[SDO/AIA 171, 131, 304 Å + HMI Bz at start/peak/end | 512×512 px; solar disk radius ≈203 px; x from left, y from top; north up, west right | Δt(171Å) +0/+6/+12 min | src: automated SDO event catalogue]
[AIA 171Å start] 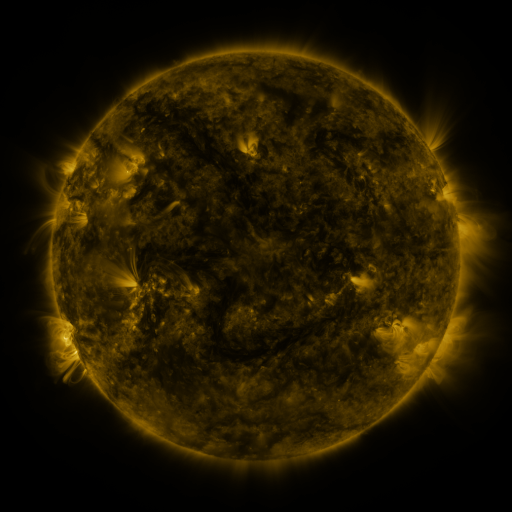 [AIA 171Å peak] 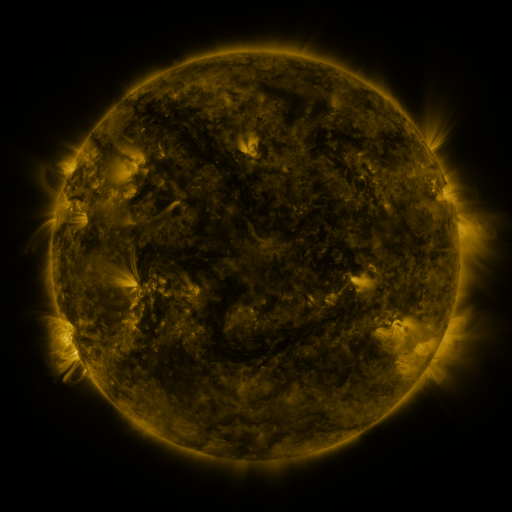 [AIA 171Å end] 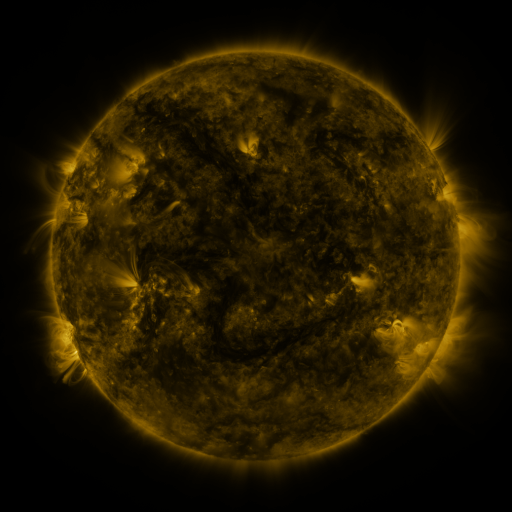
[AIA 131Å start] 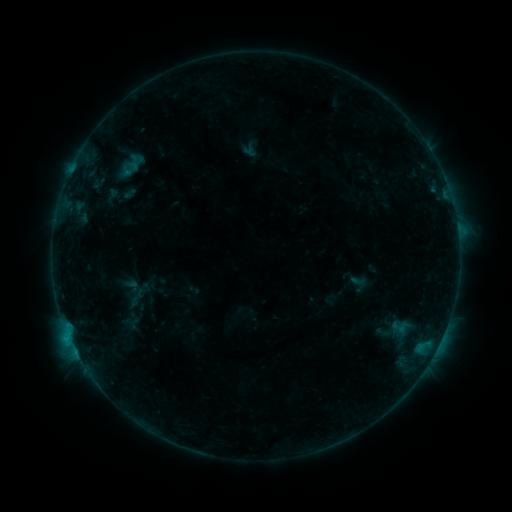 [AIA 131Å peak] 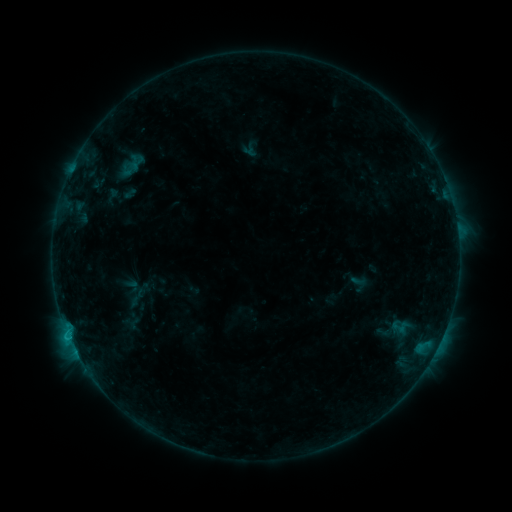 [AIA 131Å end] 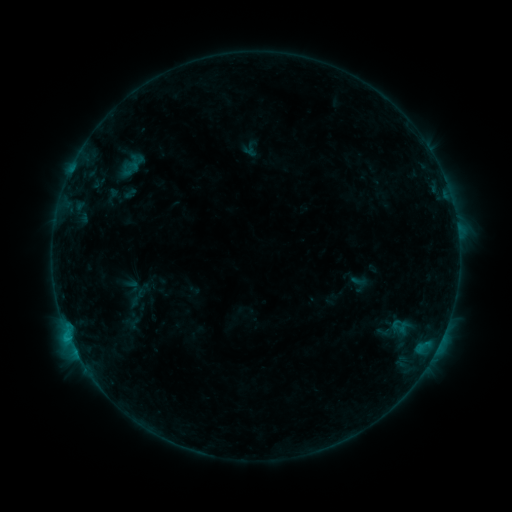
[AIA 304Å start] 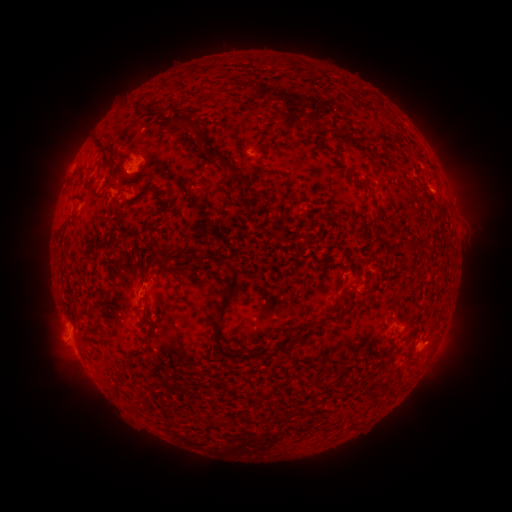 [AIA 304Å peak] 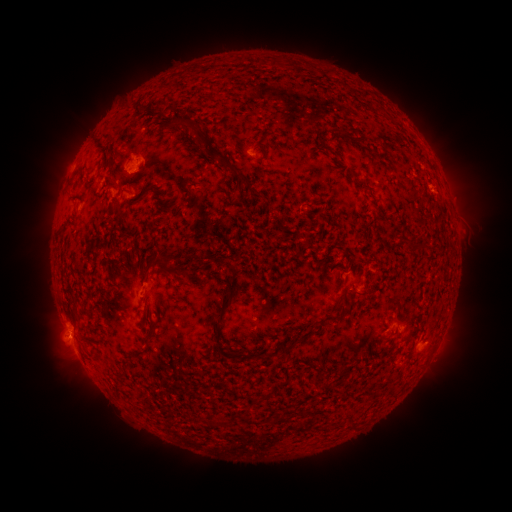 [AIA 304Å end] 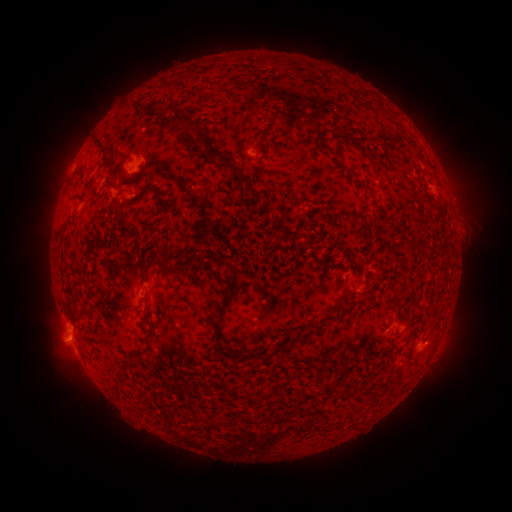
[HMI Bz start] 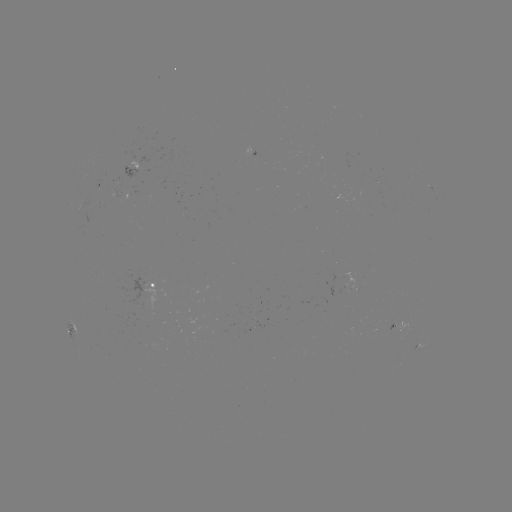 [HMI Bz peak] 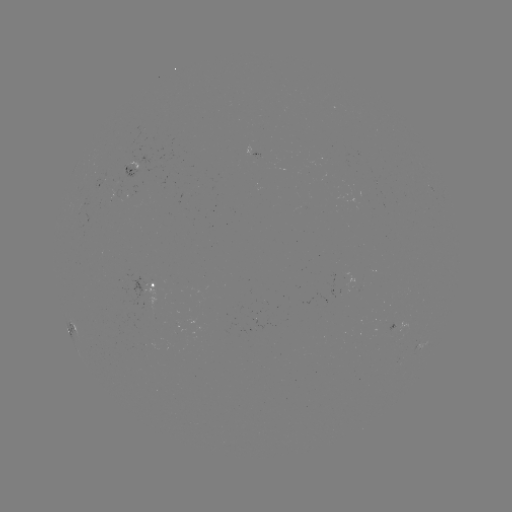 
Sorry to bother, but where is B7.0 flare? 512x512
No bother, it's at [69, 333].